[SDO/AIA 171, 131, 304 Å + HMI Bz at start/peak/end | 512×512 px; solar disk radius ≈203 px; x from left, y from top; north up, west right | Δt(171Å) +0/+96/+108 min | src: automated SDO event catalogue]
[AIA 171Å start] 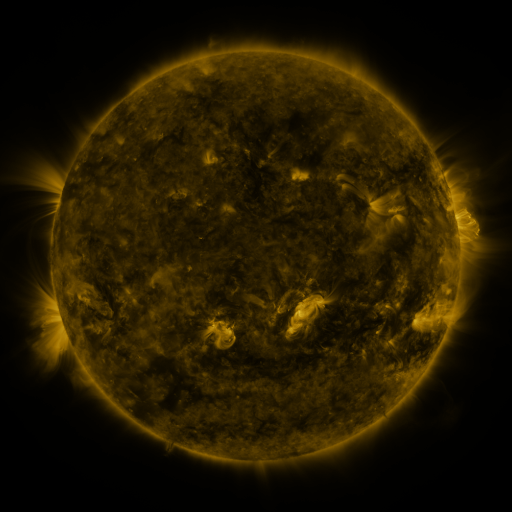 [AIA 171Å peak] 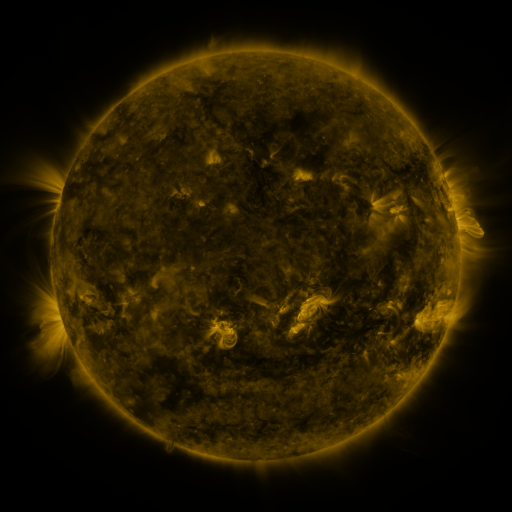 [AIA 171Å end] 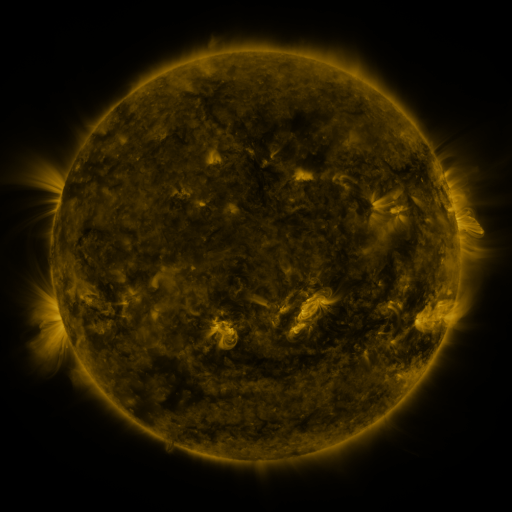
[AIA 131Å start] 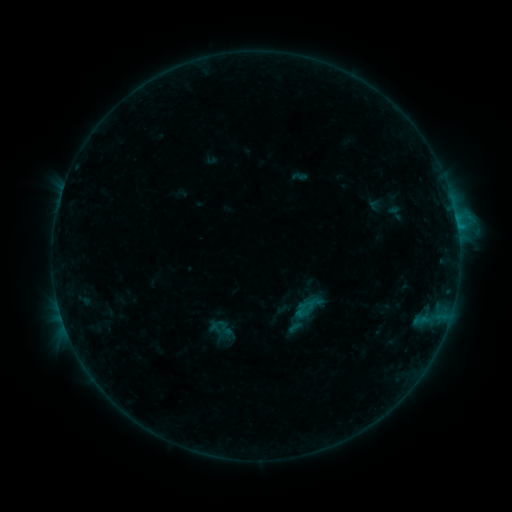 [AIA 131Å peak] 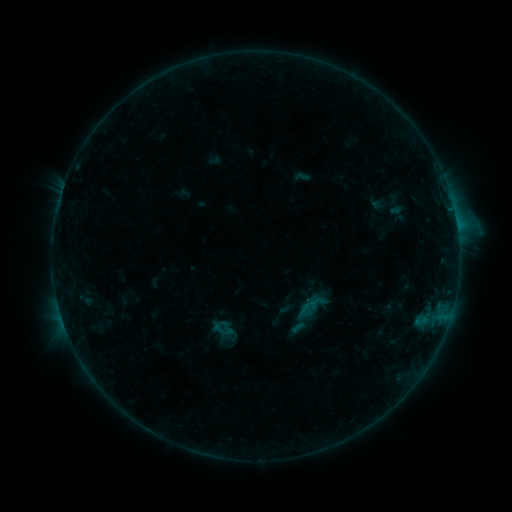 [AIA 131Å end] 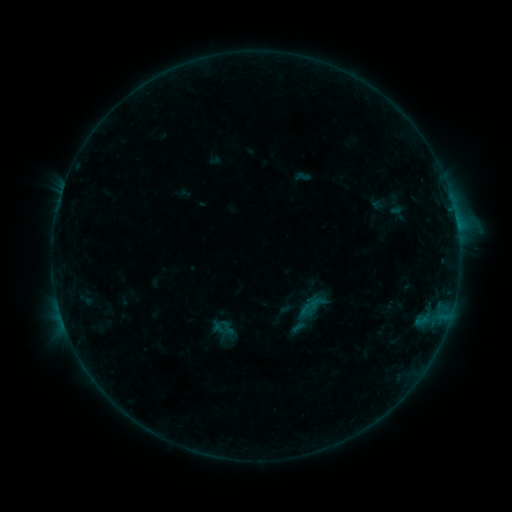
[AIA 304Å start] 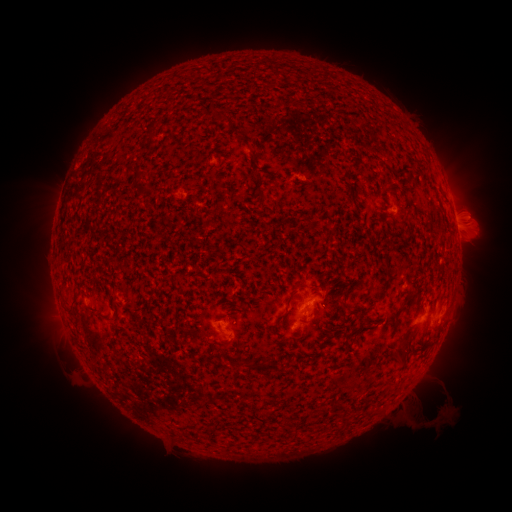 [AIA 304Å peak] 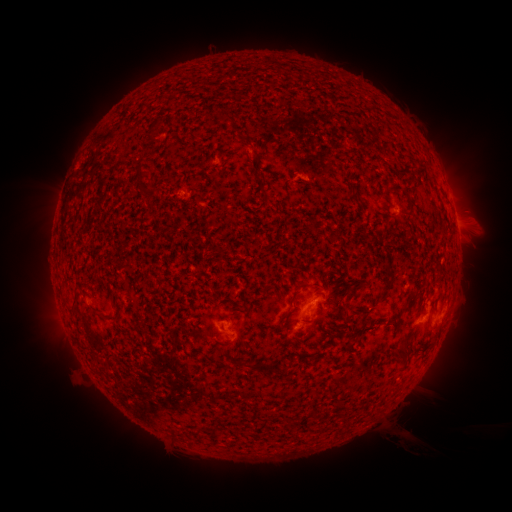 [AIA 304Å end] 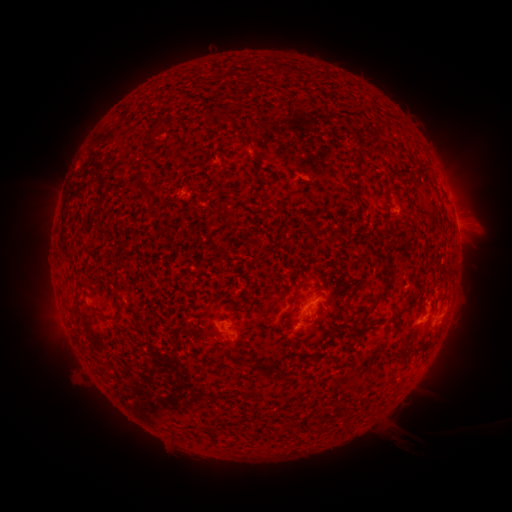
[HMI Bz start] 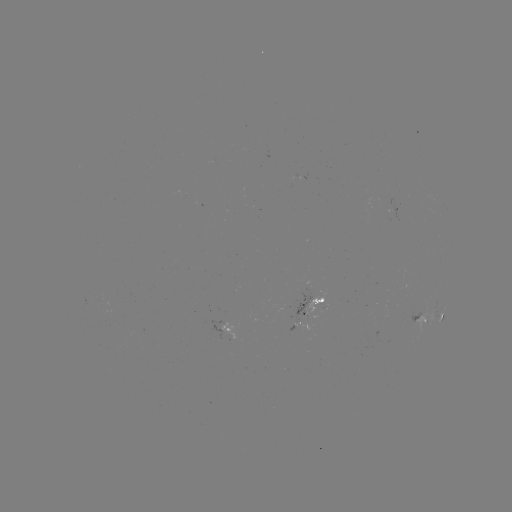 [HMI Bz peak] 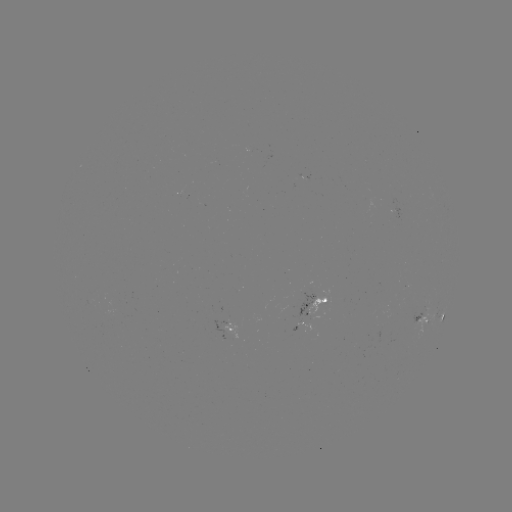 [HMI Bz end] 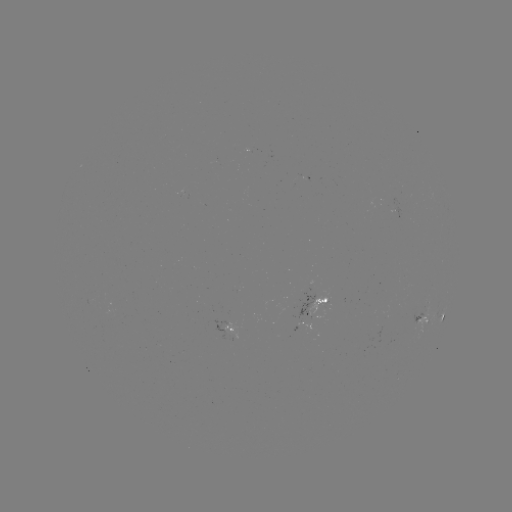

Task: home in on emerging-flux region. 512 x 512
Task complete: [394, 210].